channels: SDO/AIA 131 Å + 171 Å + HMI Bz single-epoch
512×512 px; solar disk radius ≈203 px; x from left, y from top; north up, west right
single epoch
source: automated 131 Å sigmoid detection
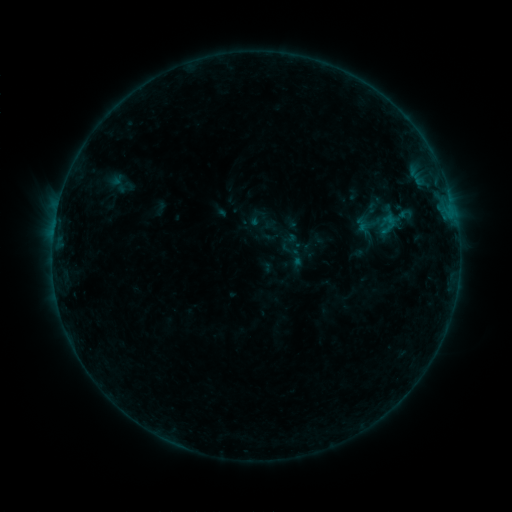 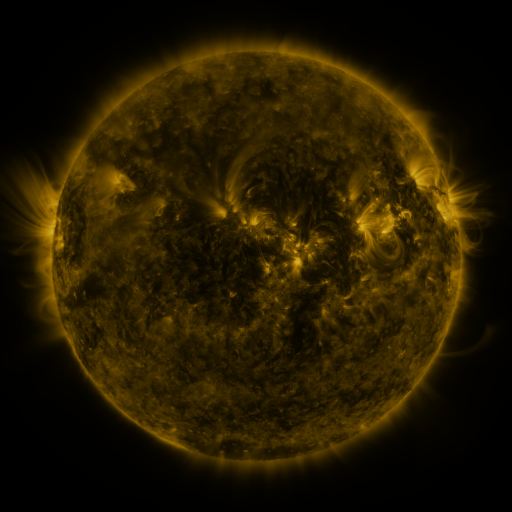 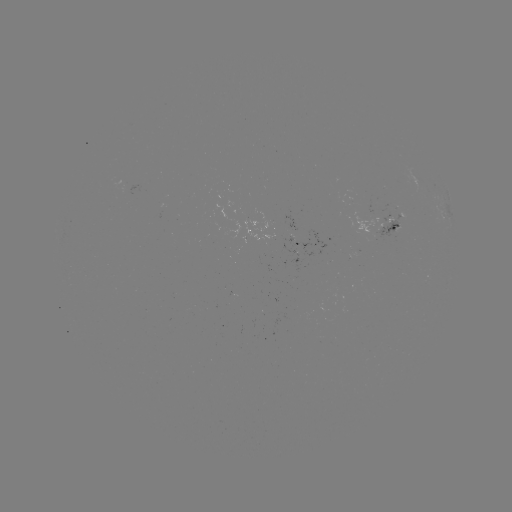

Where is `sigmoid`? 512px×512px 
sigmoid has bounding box [373, 211, 404, 236].